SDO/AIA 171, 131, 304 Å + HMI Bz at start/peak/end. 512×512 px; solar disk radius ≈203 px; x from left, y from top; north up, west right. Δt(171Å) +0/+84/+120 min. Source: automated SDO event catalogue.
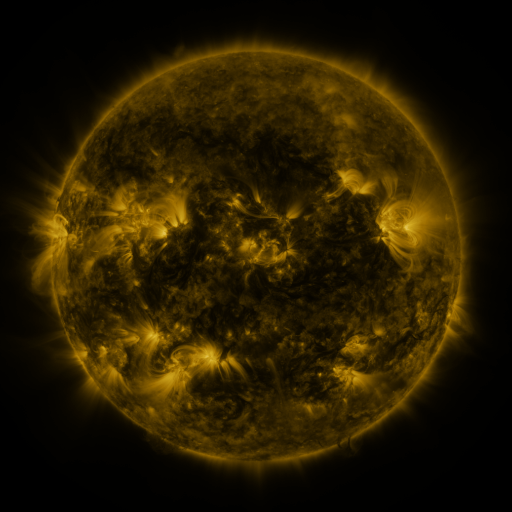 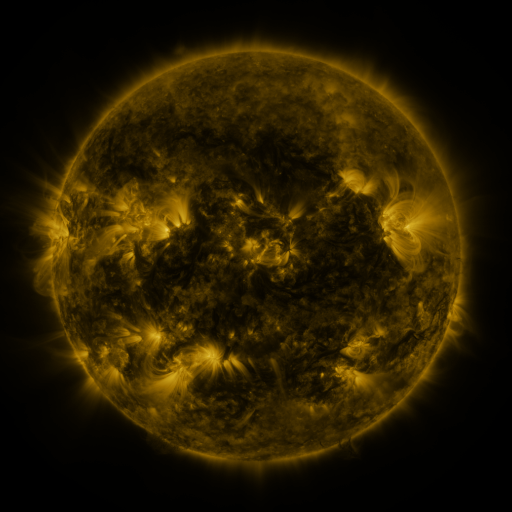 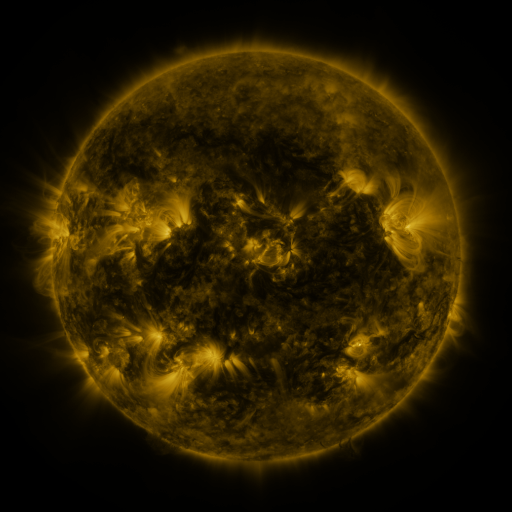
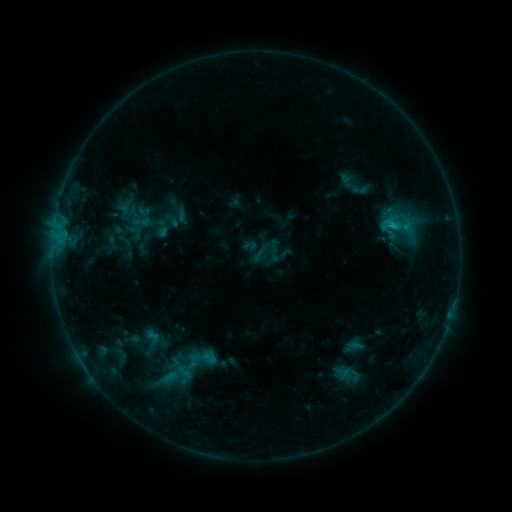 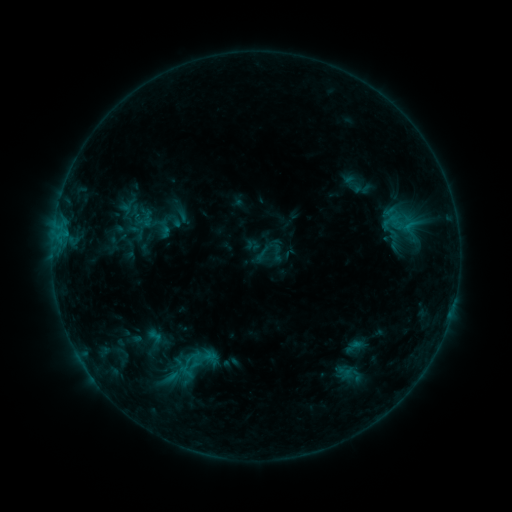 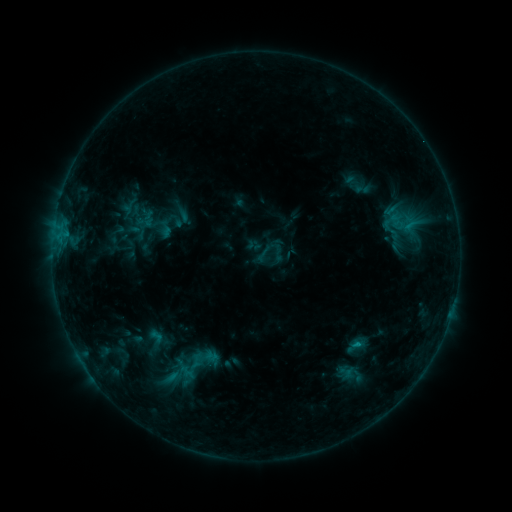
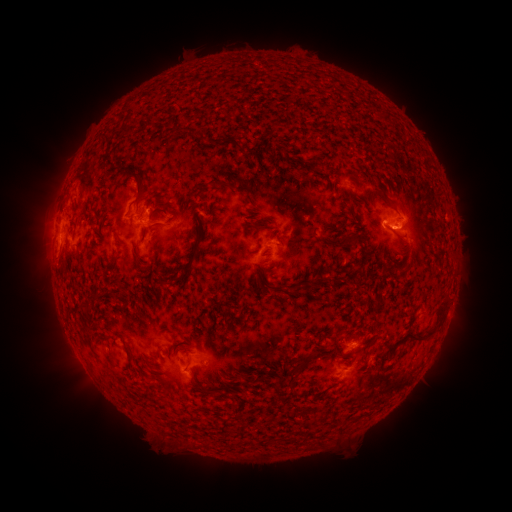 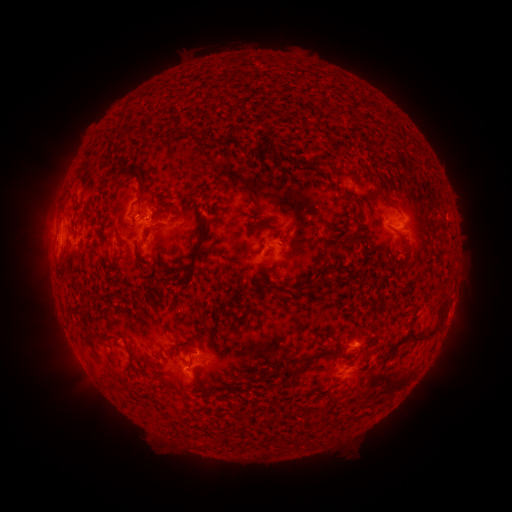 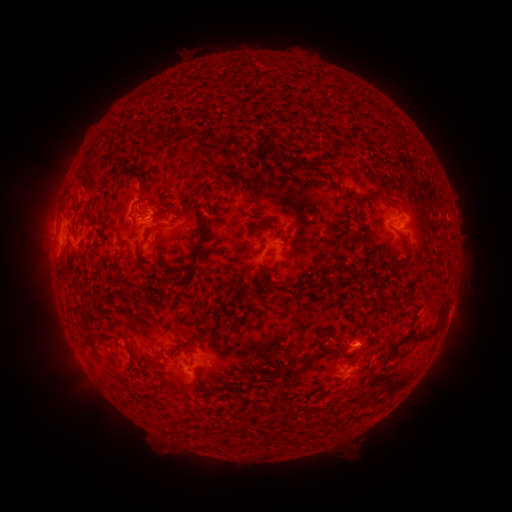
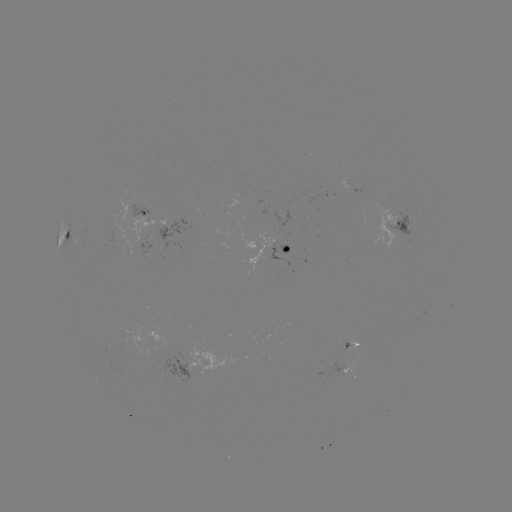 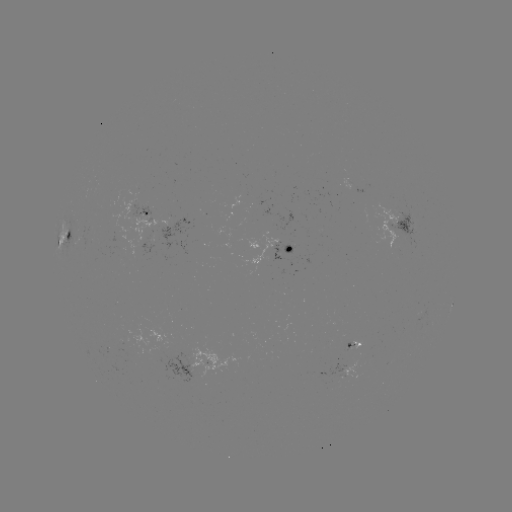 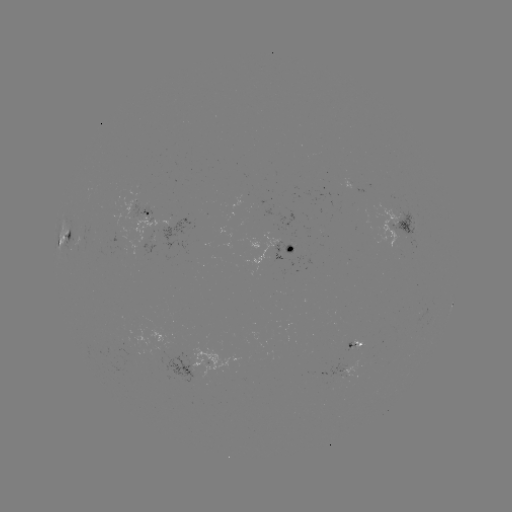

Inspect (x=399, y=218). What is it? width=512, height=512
emerging-flux region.